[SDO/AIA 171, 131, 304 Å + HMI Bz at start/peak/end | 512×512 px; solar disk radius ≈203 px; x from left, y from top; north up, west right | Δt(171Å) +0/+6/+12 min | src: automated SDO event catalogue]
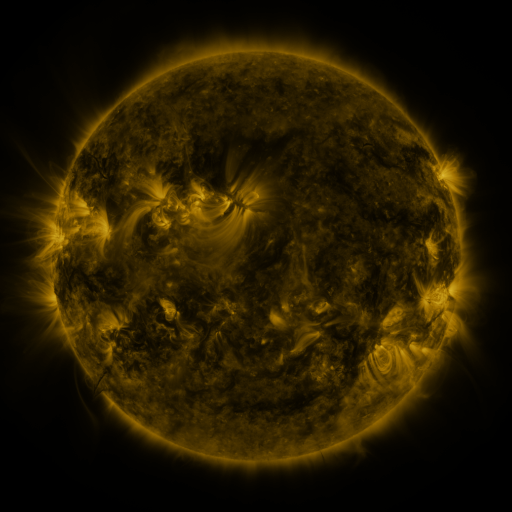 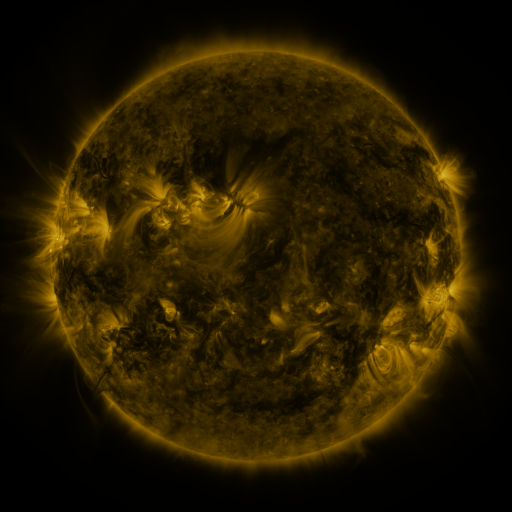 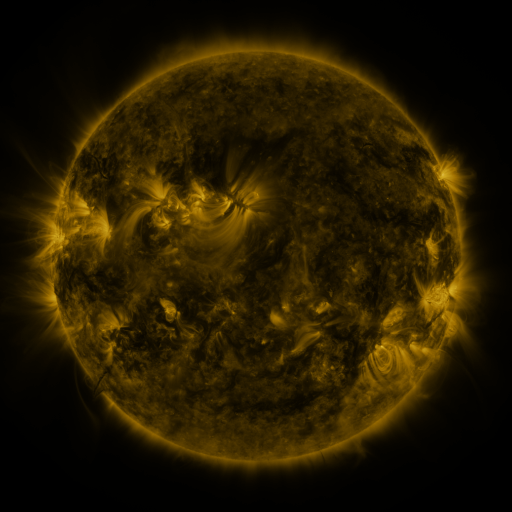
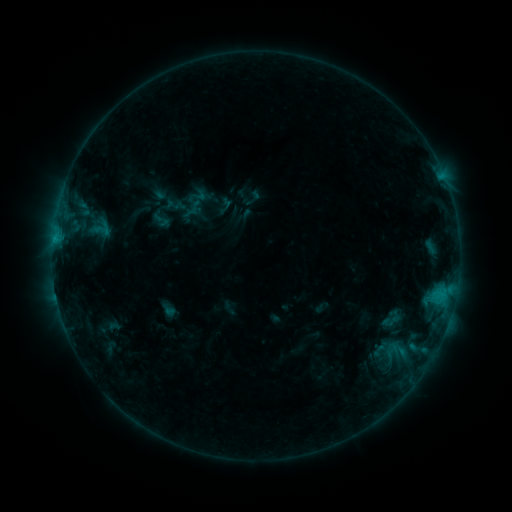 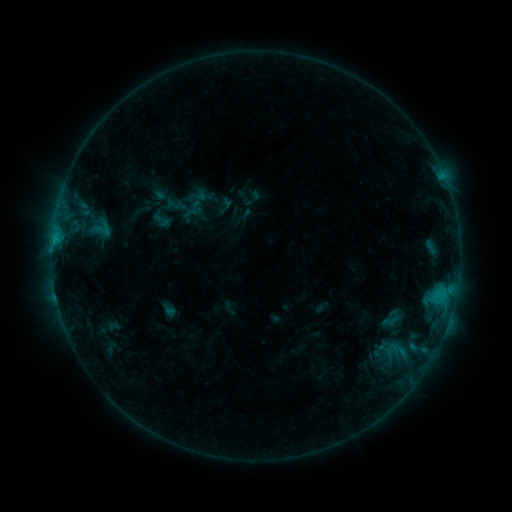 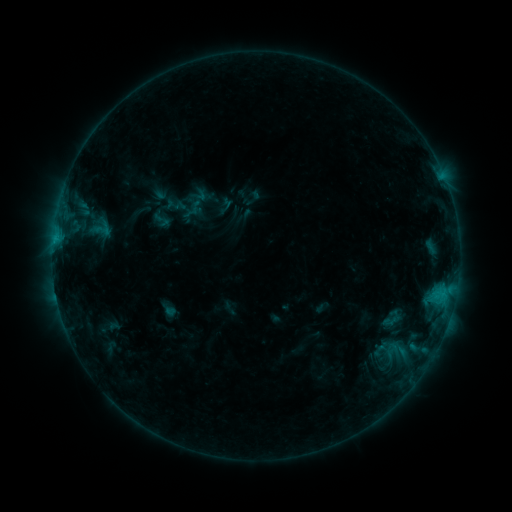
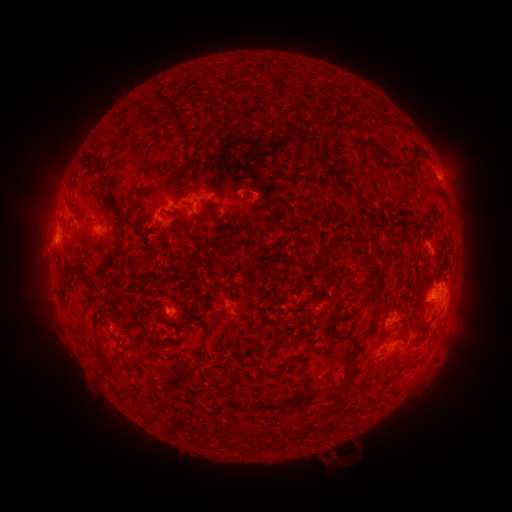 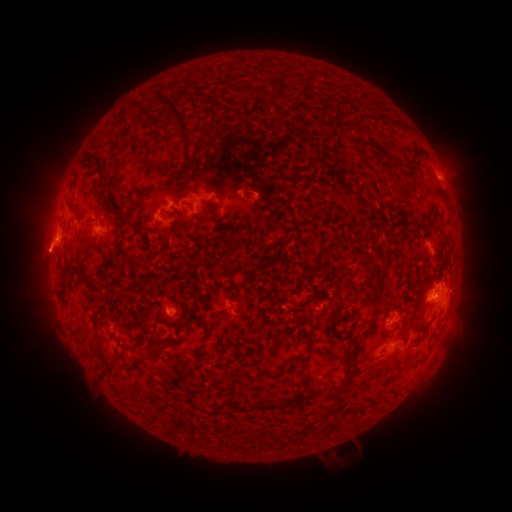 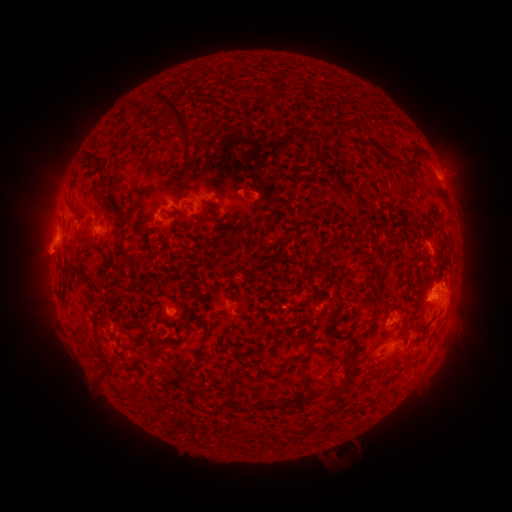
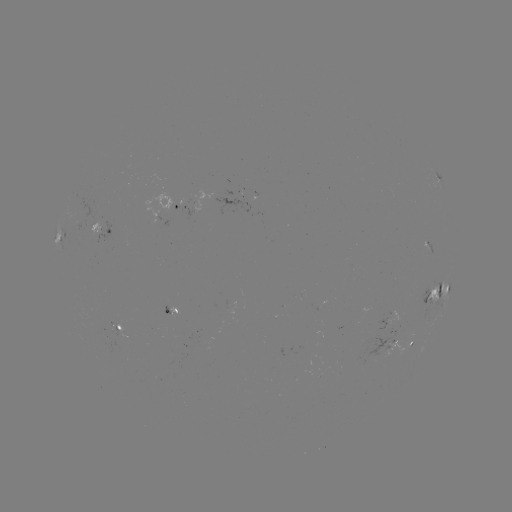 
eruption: (9, 194, 100, 288)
